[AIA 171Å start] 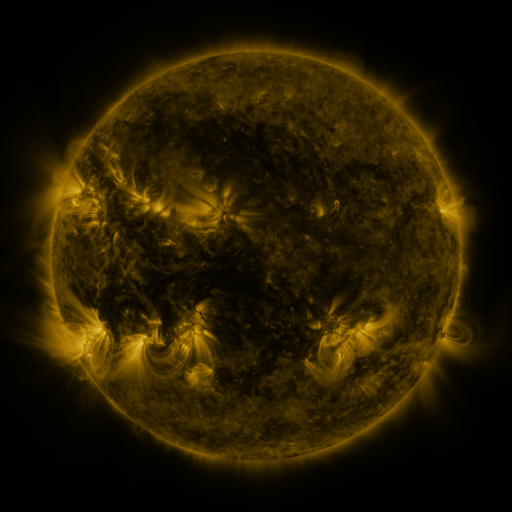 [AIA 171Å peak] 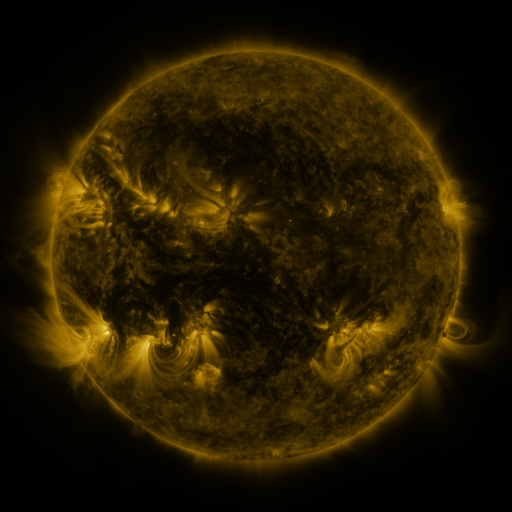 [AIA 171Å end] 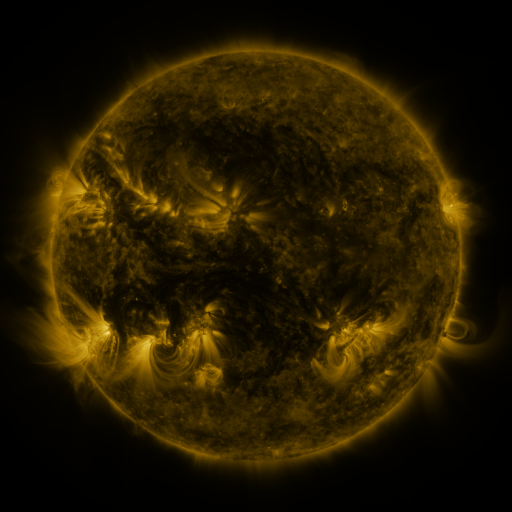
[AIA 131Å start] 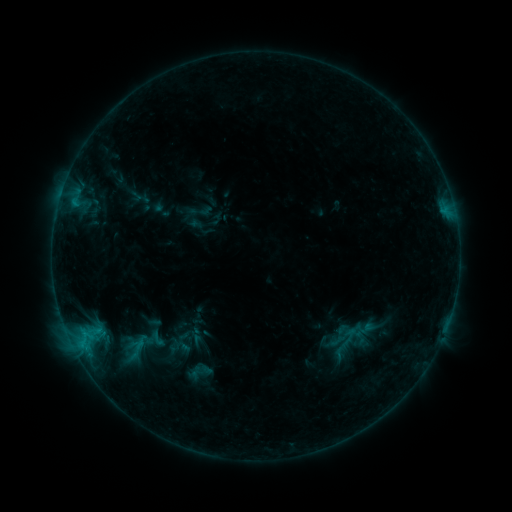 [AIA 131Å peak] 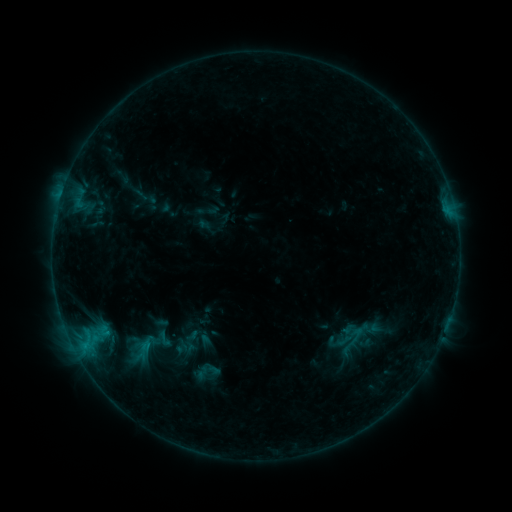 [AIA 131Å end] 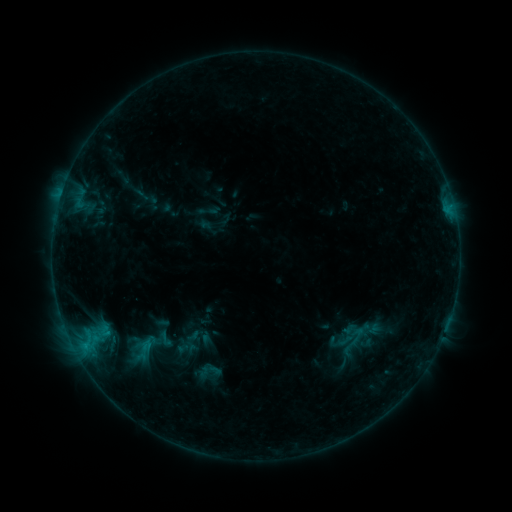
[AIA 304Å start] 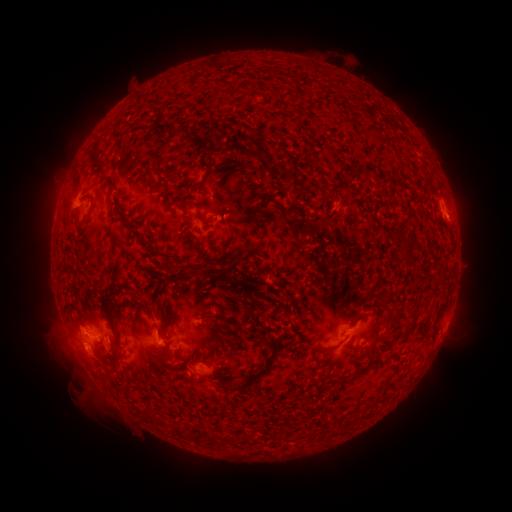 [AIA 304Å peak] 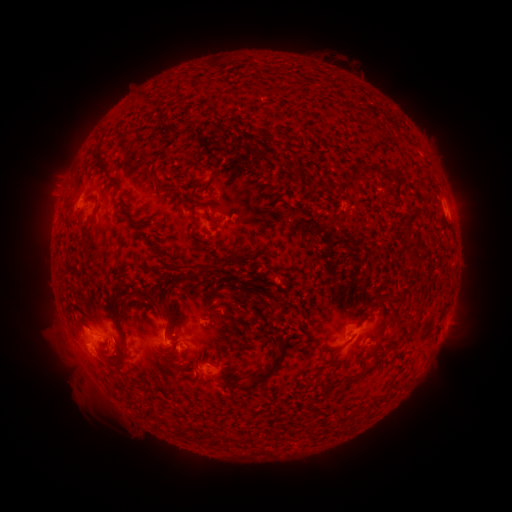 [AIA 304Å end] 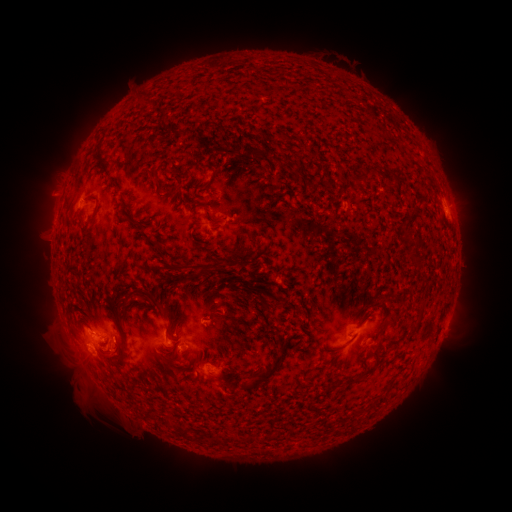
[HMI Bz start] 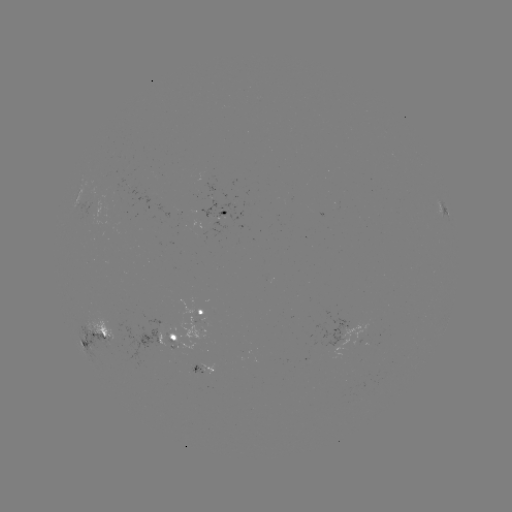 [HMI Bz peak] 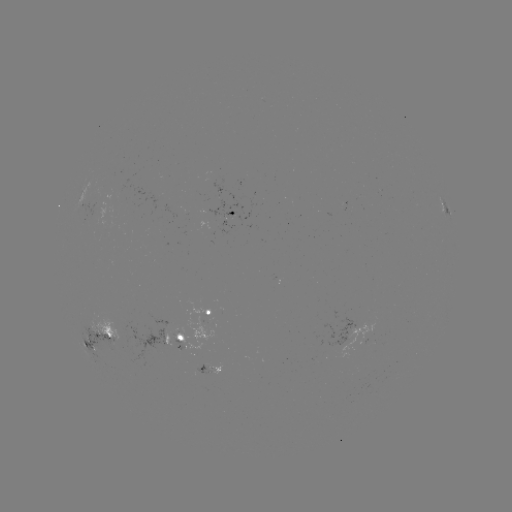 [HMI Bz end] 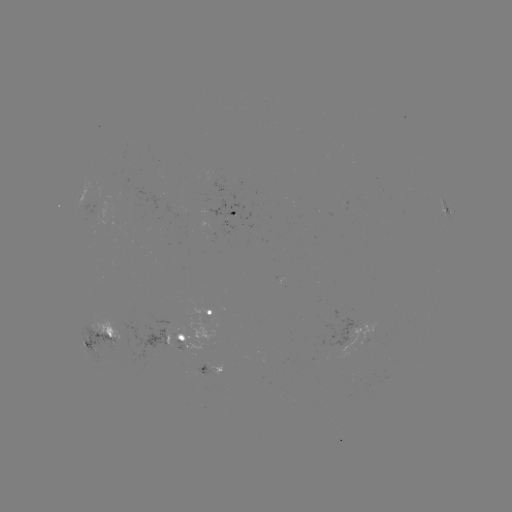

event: emerging-flux region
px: (179, 348)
